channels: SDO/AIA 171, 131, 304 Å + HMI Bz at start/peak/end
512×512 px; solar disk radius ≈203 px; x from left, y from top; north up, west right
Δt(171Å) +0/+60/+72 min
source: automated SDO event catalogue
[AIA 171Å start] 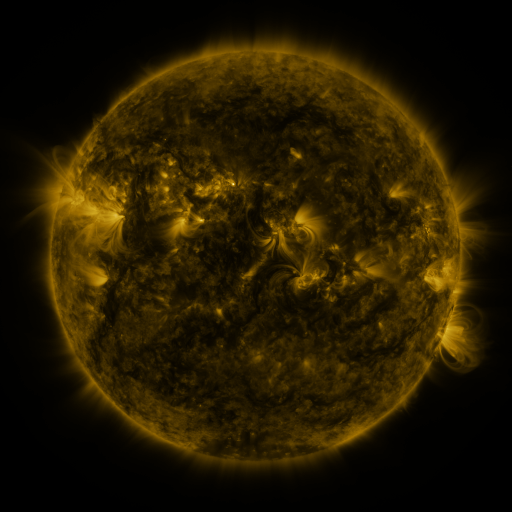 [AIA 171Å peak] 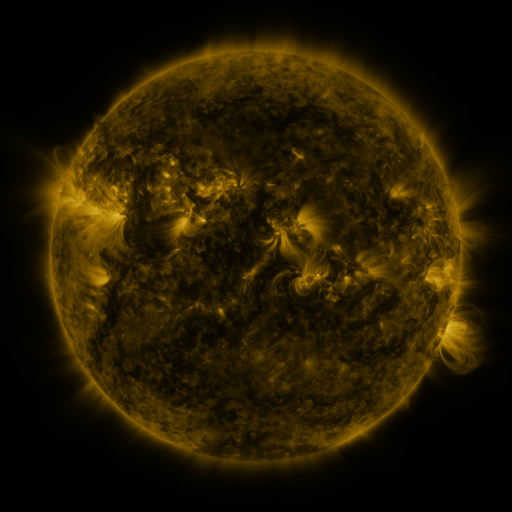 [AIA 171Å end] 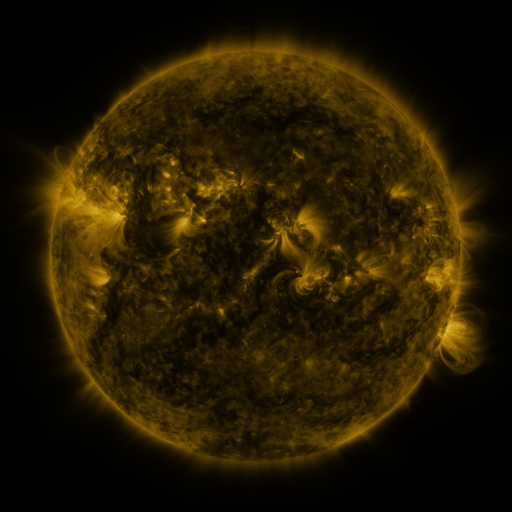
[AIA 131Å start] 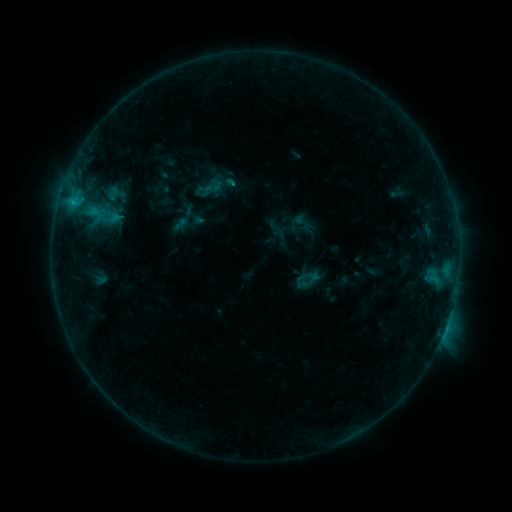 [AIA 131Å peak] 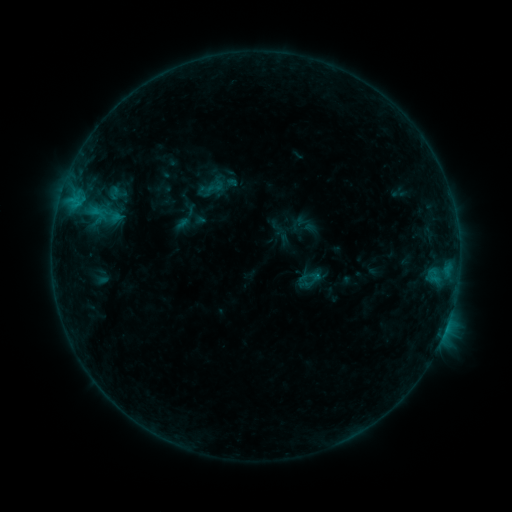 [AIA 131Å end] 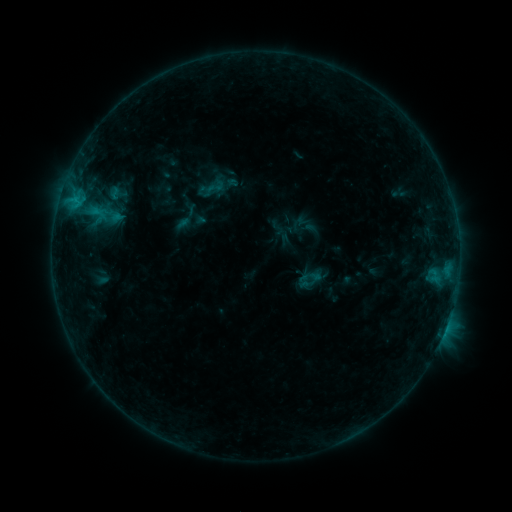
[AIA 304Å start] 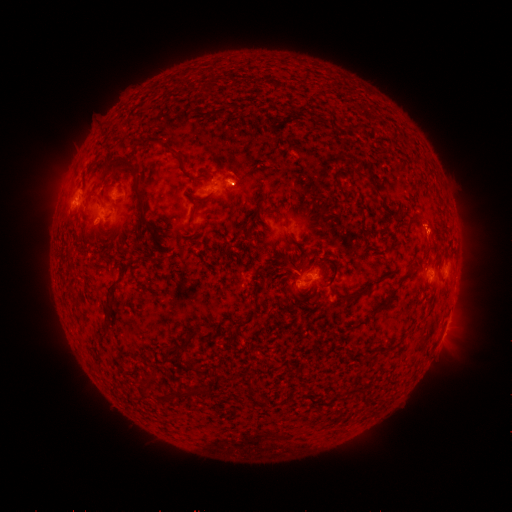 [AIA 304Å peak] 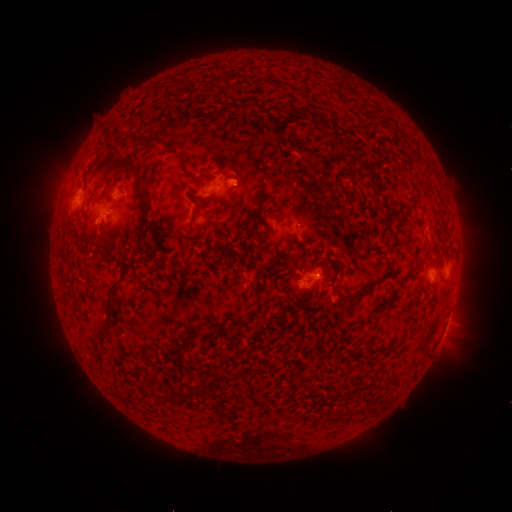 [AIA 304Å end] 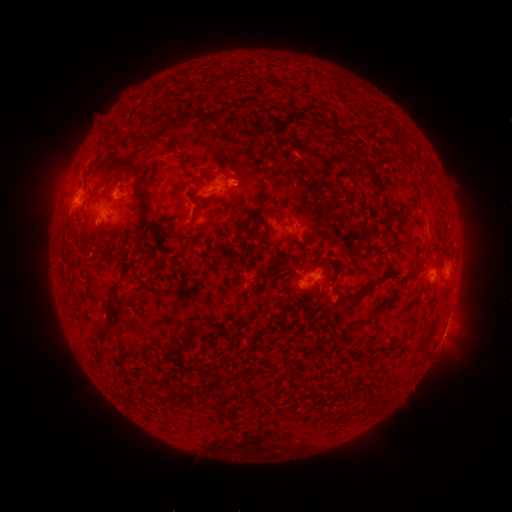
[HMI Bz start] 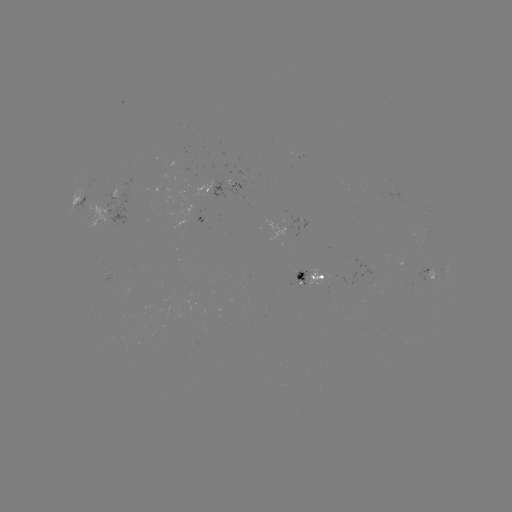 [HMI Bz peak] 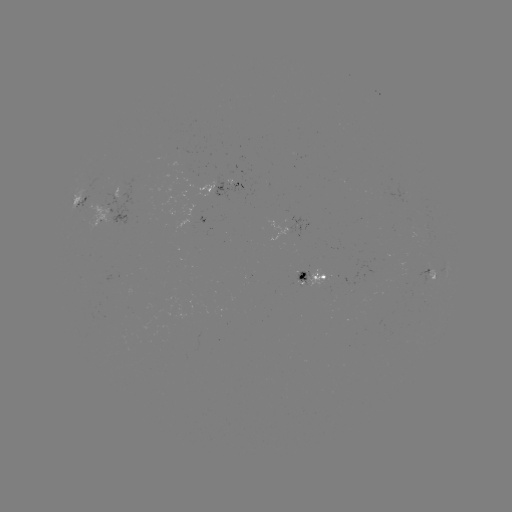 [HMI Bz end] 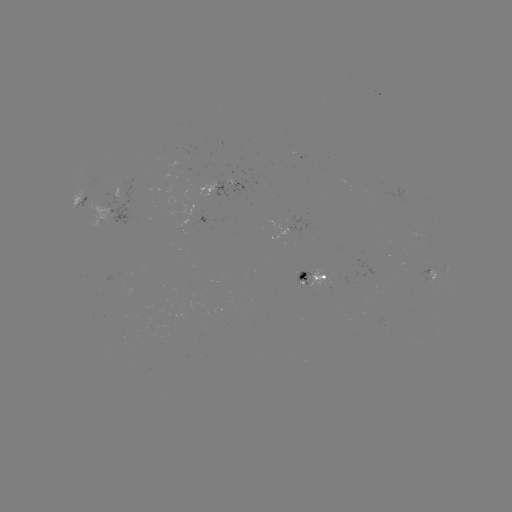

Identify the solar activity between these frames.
emerging-flux region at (425, 227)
